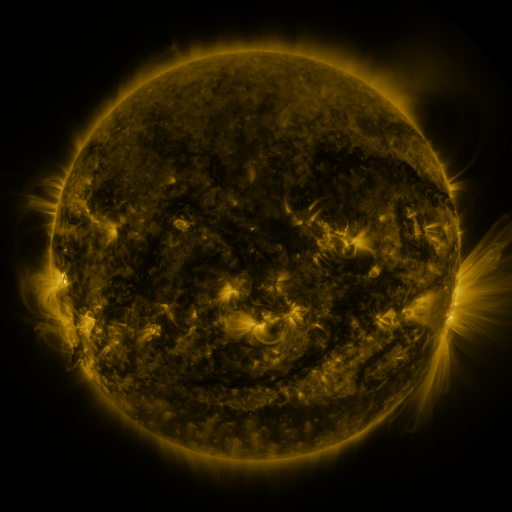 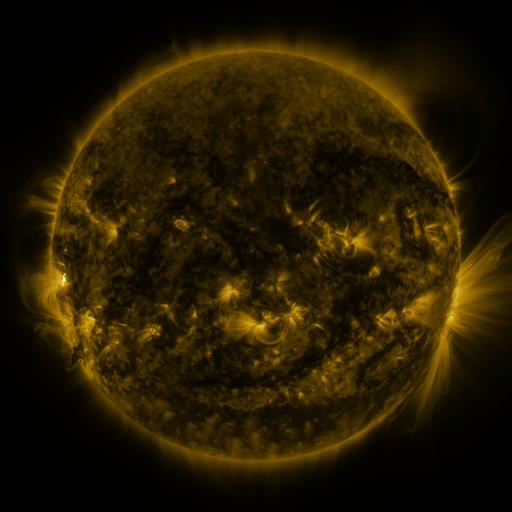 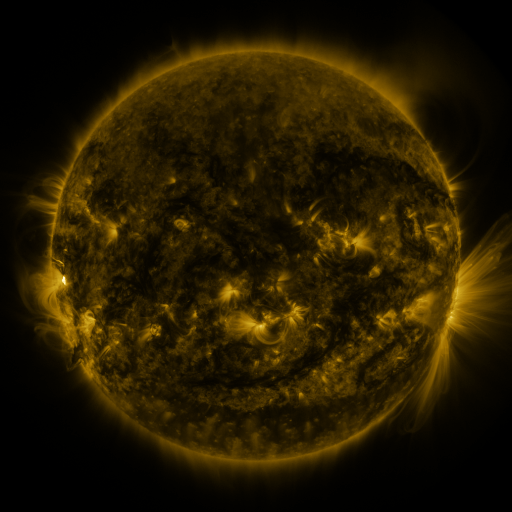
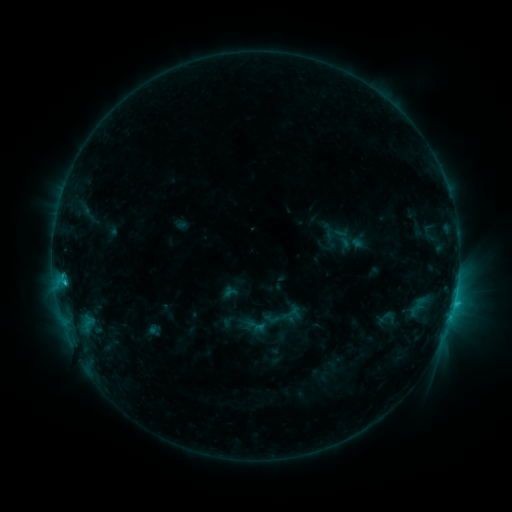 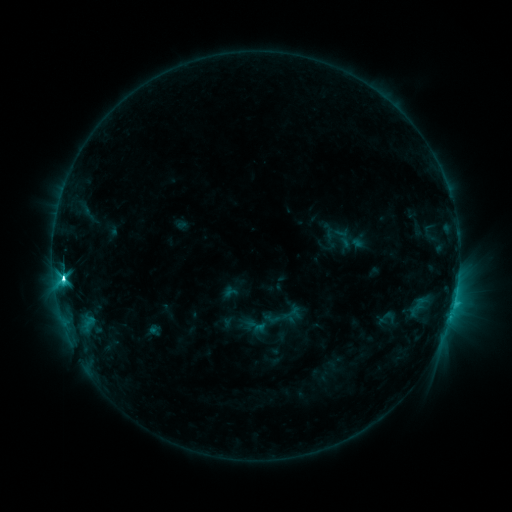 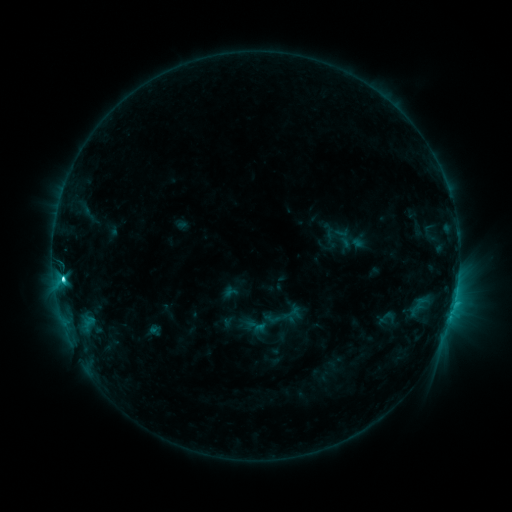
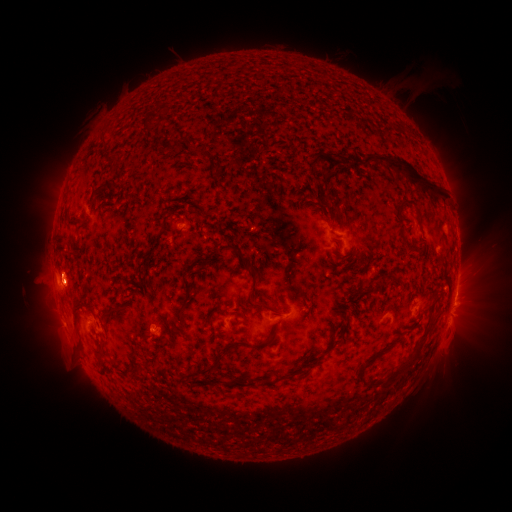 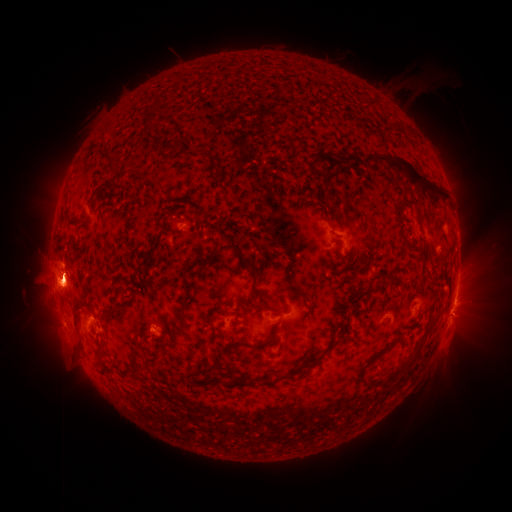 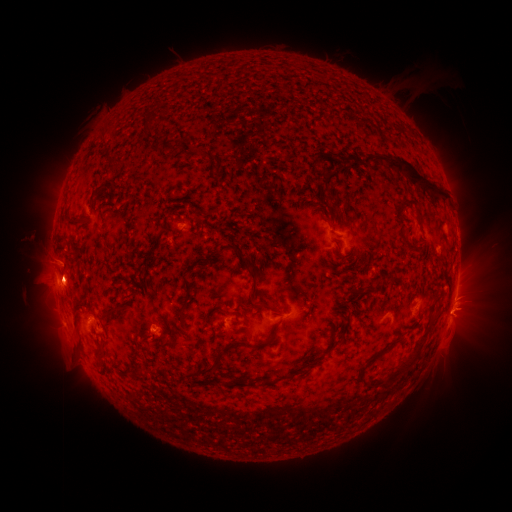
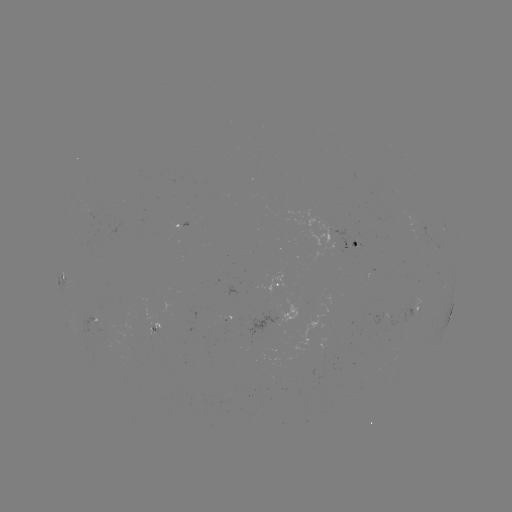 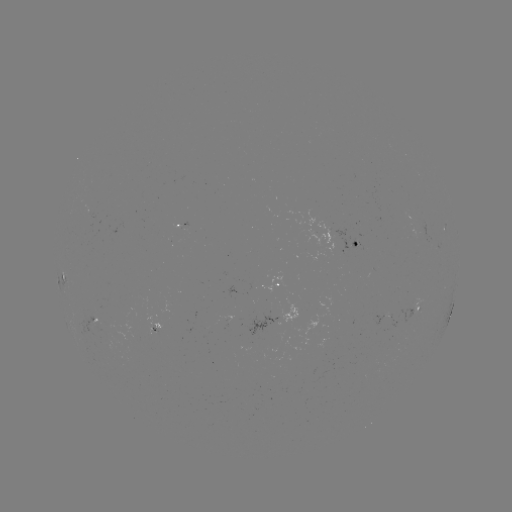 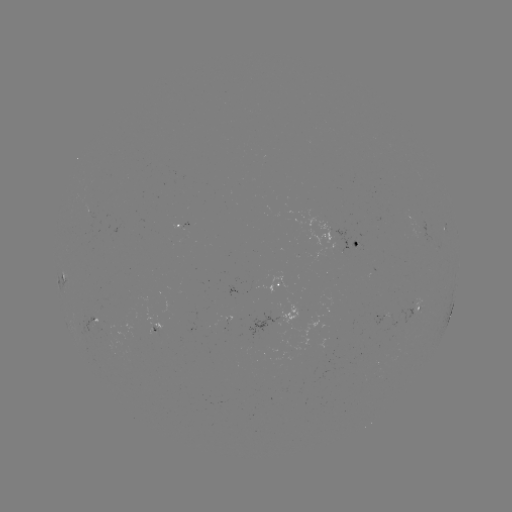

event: eruption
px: (59, 278)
